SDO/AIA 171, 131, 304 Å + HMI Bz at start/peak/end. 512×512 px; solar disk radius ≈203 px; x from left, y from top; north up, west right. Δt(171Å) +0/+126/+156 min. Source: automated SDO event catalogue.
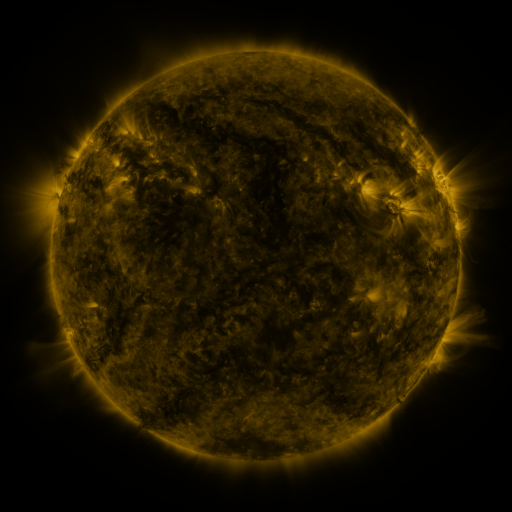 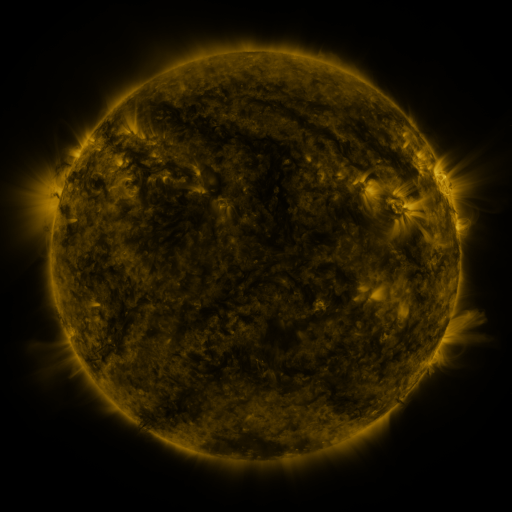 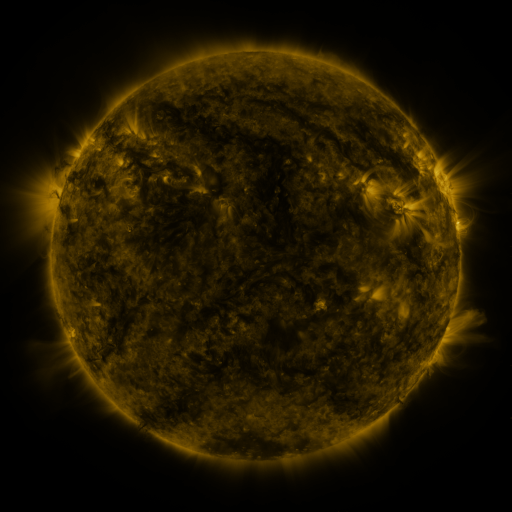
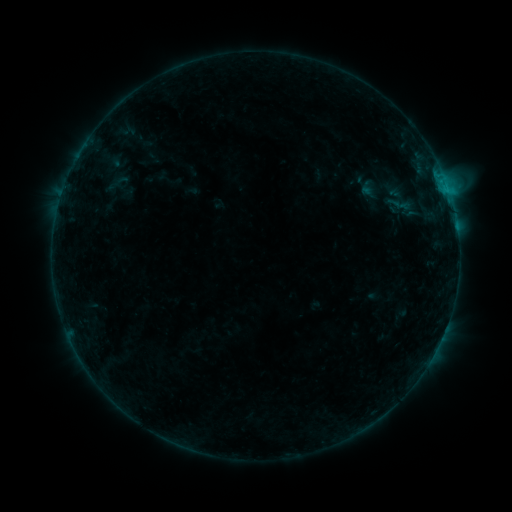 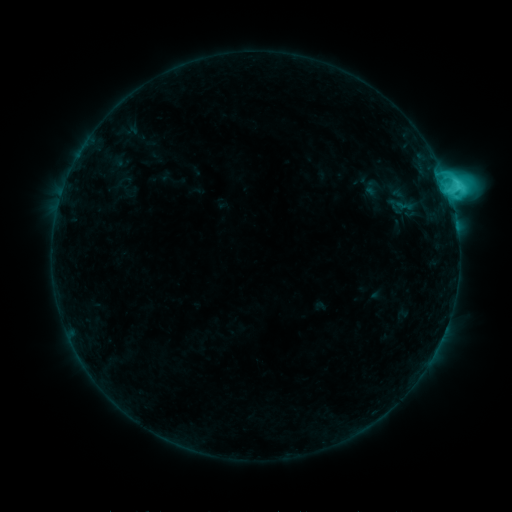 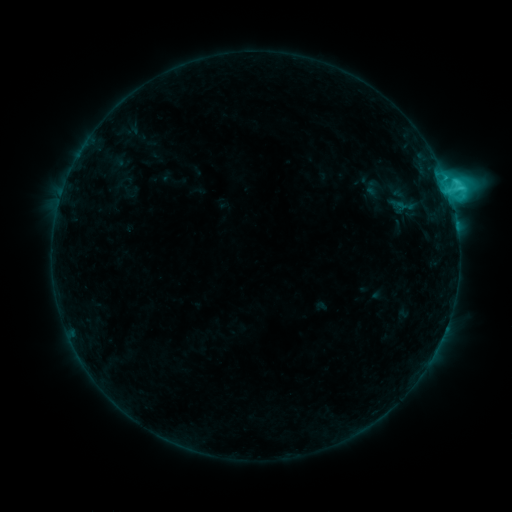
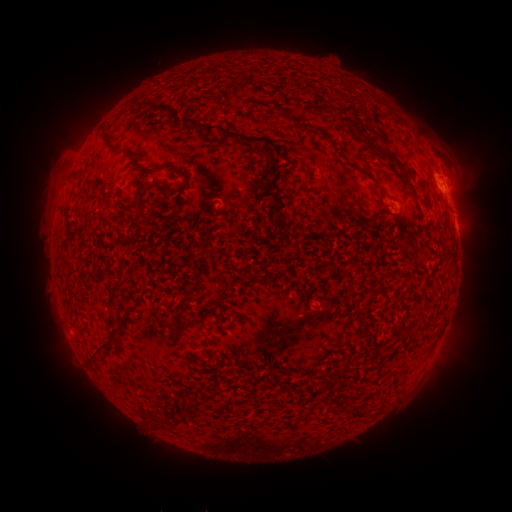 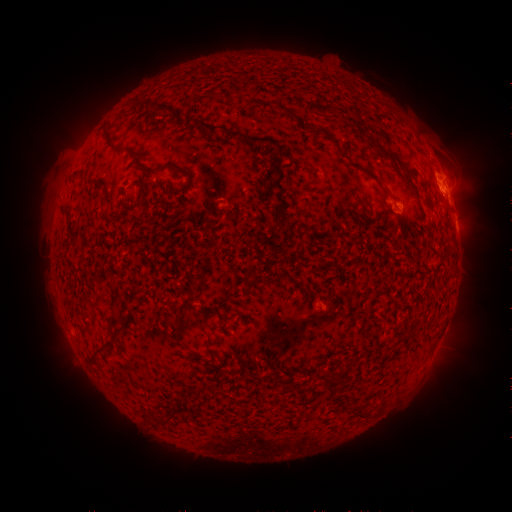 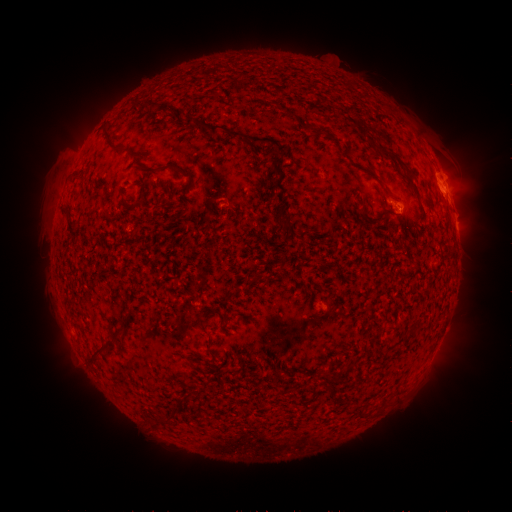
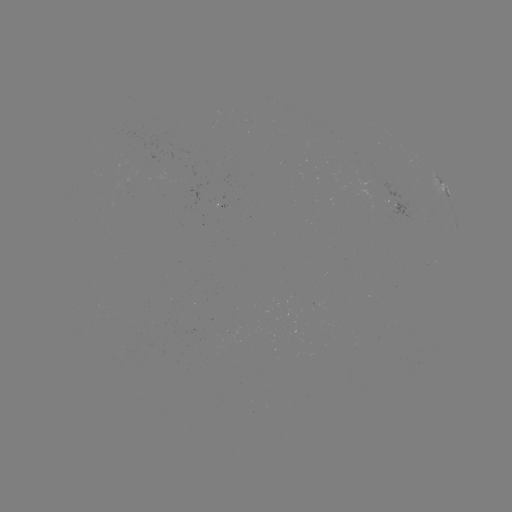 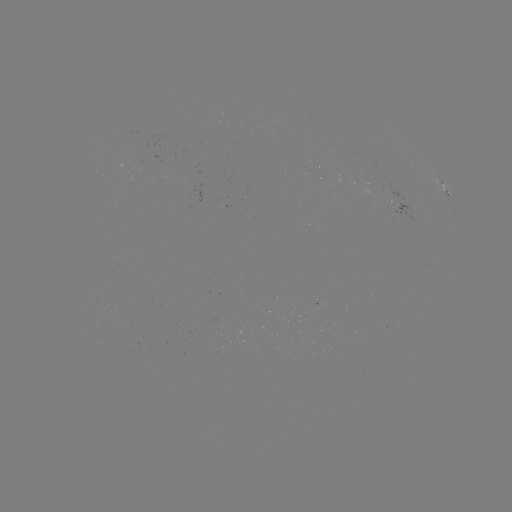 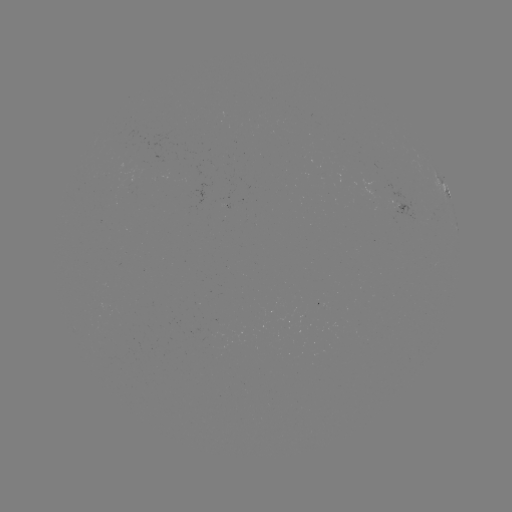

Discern C7.3 flare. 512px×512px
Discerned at [448, 192].